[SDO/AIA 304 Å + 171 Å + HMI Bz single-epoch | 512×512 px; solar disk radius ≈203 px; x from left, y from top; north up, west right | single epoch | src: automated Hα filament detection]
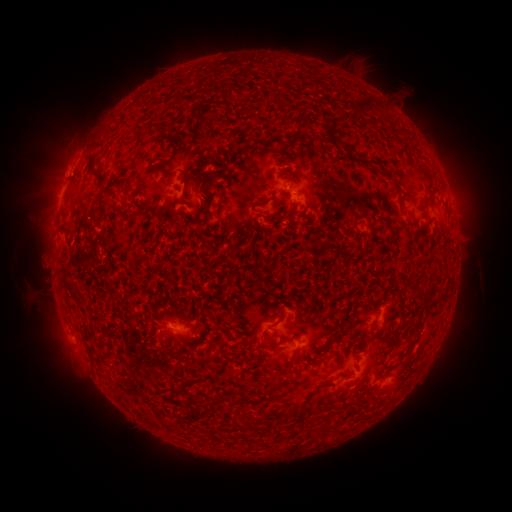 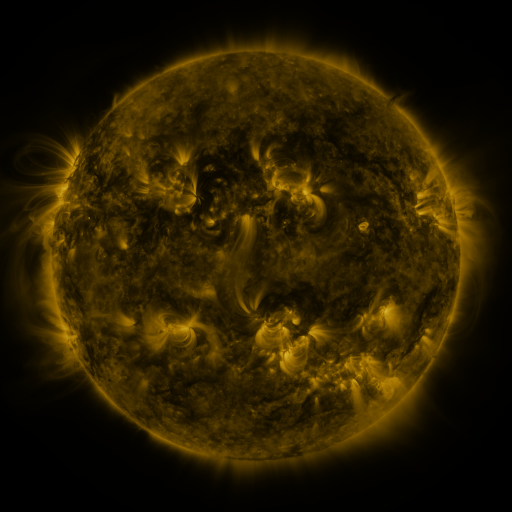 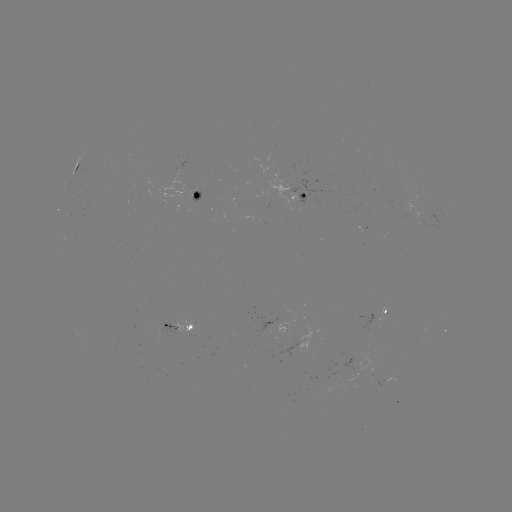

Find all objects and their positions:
filament: <bbox>92, 169, 102, 184</bbox>
filament: <bbox>179, 169, 188, 185</bbox>
filament: <bbox>393, 180, 403, 188</bbox>
filament: <bbox>258, 199, 268, 207</bbox>
filament: <bbox>411, 219, 434, 232</bbox>
filament: <bbox>437, 293, 449, 302</bbox>
filament: <bbox>427, 296, 437, 309</bbox>
filament: <bbox>284, 406, 300, 420</bbox>
